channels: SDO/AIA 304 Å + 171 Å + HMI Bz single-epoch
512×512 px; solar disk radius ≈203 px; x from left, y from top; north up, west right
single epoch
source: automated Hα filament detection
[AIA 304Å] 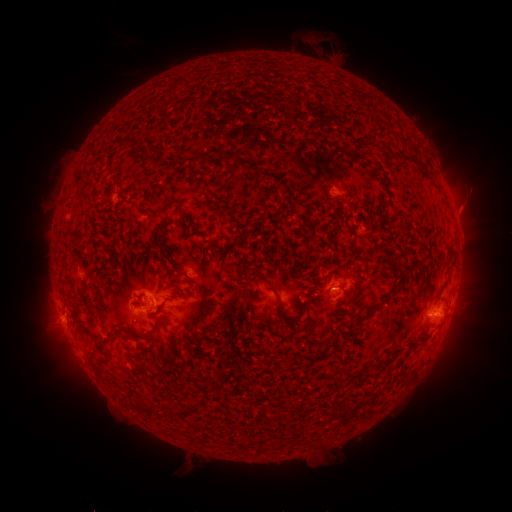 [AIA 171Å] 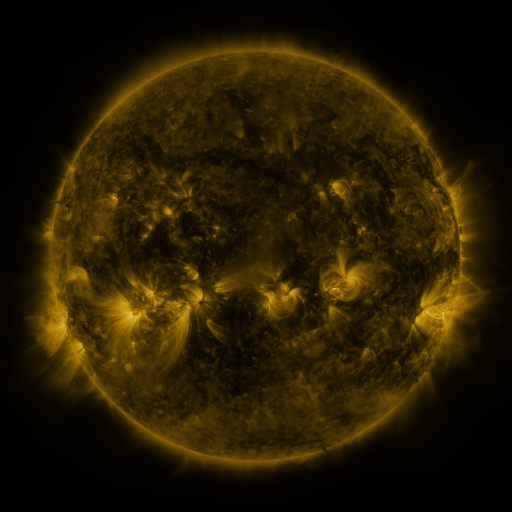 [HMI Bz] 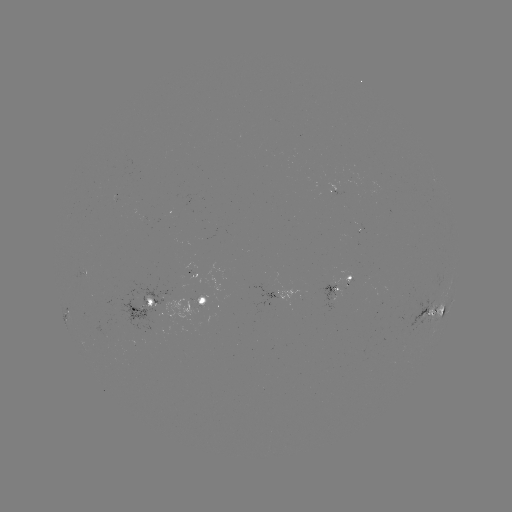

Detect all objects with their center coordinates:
filament: (376, 141, 390, 152)
filament: (397, 156, 430, 180)
filament: (383, 265, 393, 272)
filament: (264, 279, 287, 318)
filament: (359, 297, 387, 322)
filament: (439, 307, 446, 318)
filament: (295, 309, 302, 319)
filament: (73, 313, 86, 326)
filament: (146, 322, 161, 337)
filament: (216, 323, 226, 331)
filament: (223, 349, 237, 362)
filament: (383, 351, 401, 365)
